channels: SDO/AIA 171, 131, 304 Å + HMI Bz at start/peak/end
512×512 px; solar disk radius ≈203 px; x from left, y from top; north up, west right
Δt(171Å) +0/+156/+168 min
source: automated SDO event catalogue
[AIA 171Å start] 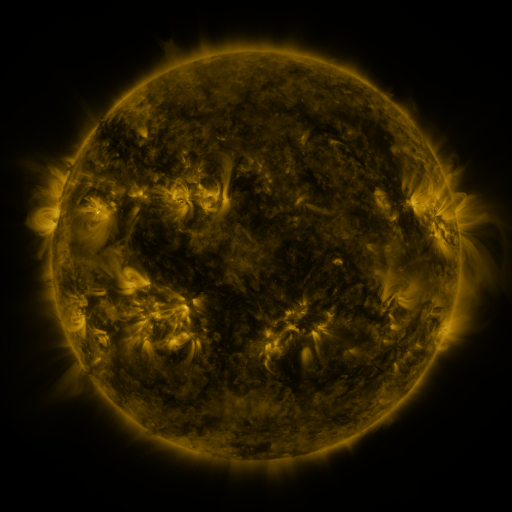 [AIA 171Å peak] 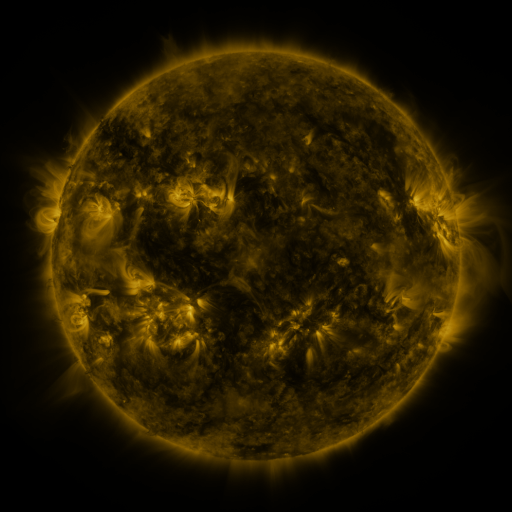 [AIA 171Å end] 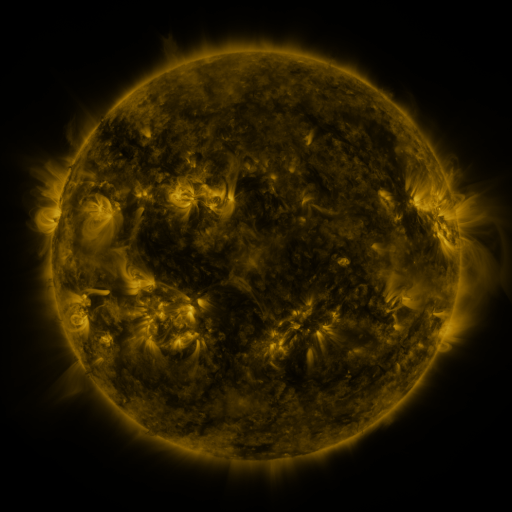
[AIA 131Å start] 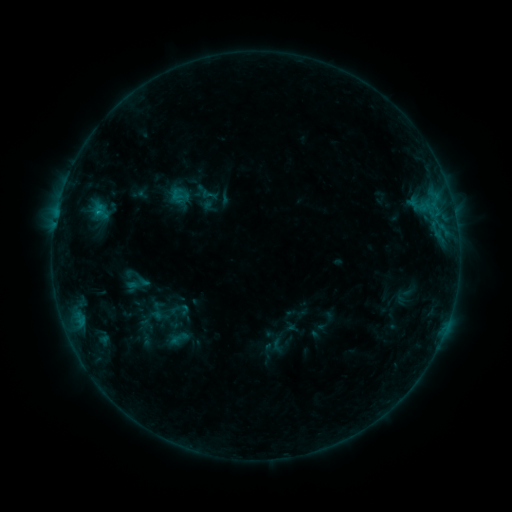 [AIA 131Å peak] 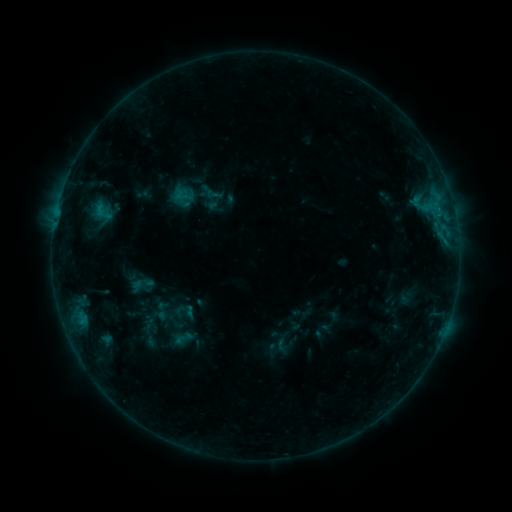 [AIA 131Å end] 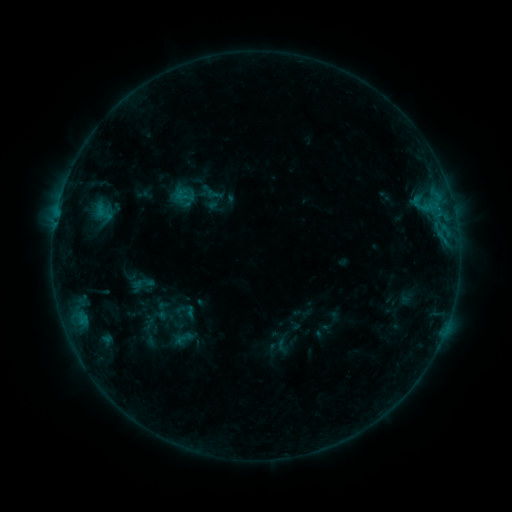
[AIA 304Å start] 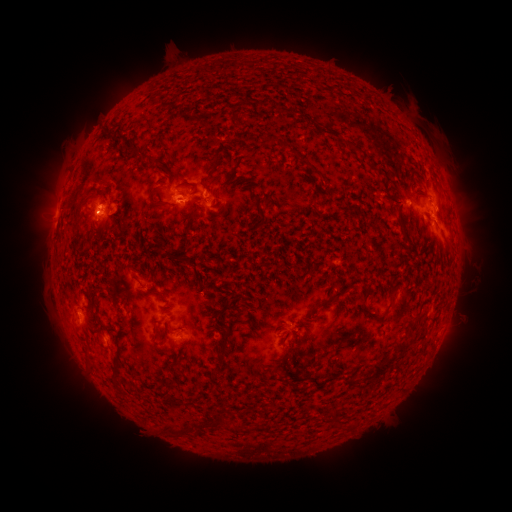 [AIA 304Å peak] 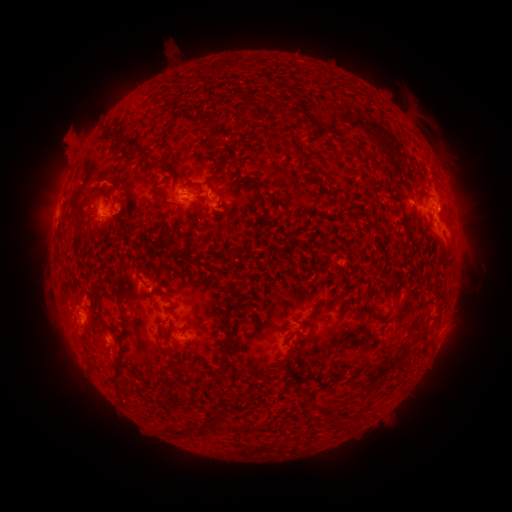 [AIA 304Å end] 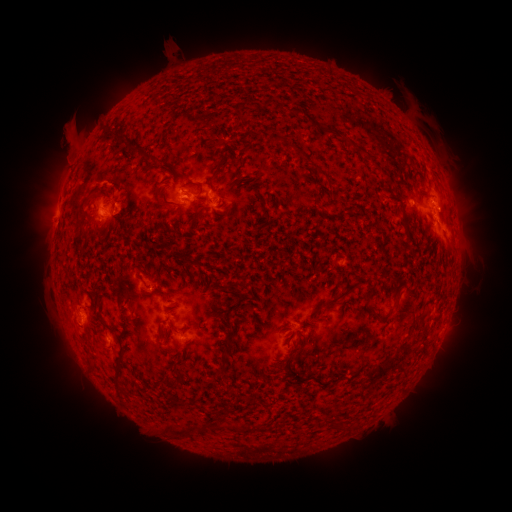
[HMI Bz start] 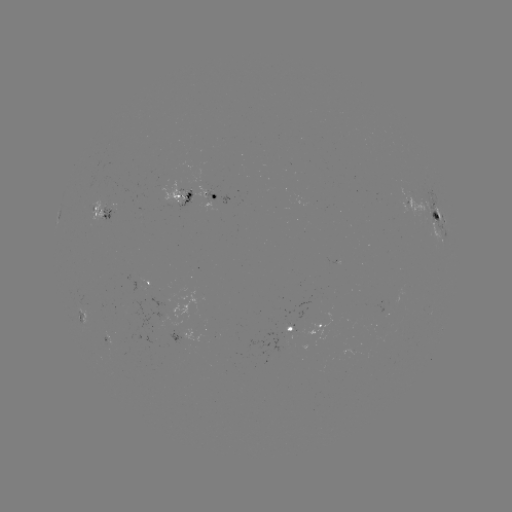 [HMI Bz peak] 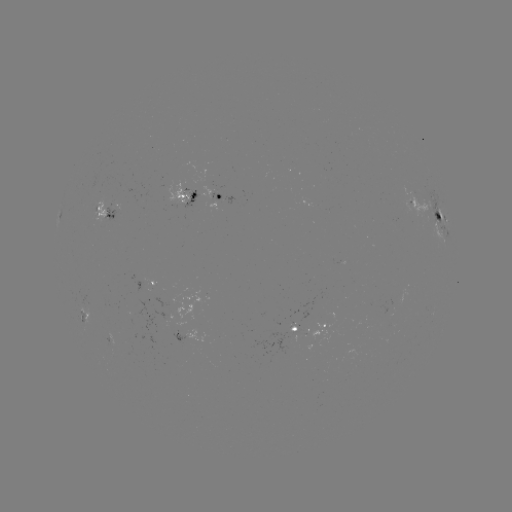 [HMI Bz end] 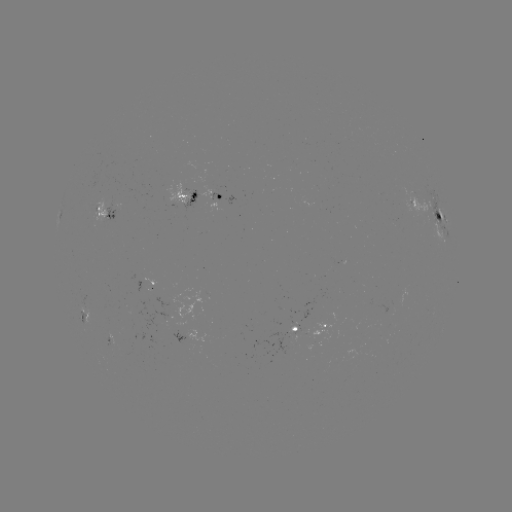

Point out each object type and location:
emerging-flux region: (177, 201)
